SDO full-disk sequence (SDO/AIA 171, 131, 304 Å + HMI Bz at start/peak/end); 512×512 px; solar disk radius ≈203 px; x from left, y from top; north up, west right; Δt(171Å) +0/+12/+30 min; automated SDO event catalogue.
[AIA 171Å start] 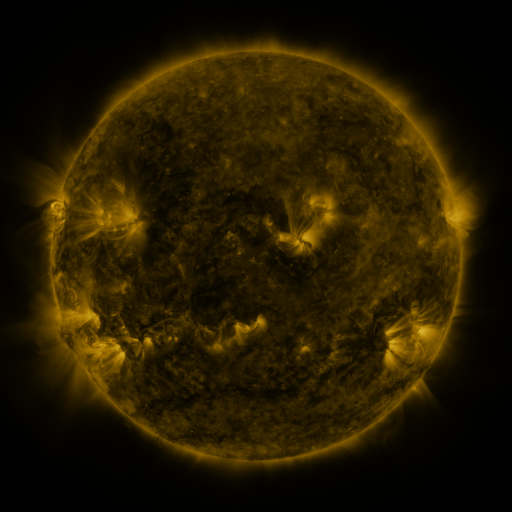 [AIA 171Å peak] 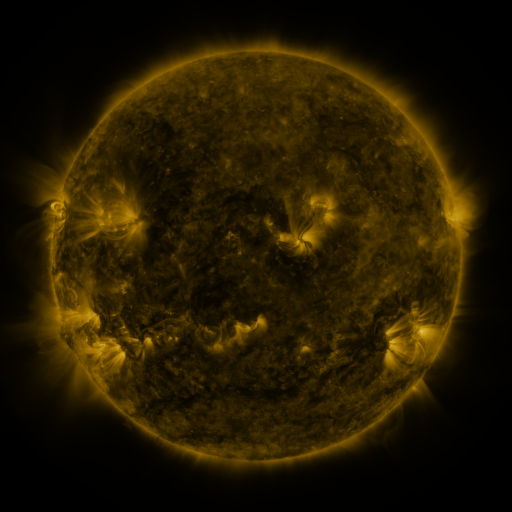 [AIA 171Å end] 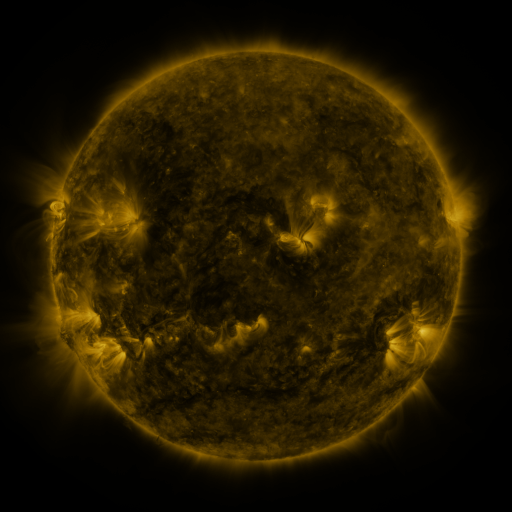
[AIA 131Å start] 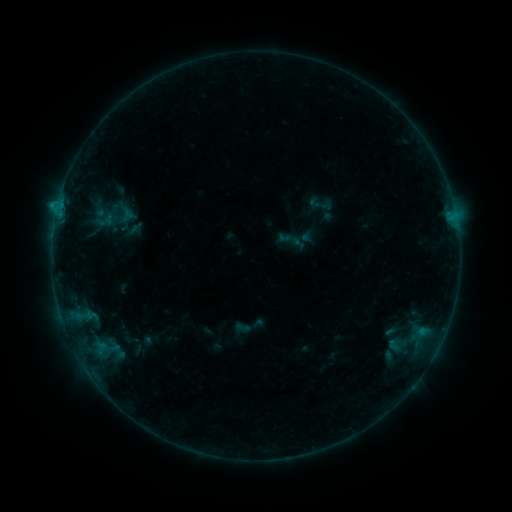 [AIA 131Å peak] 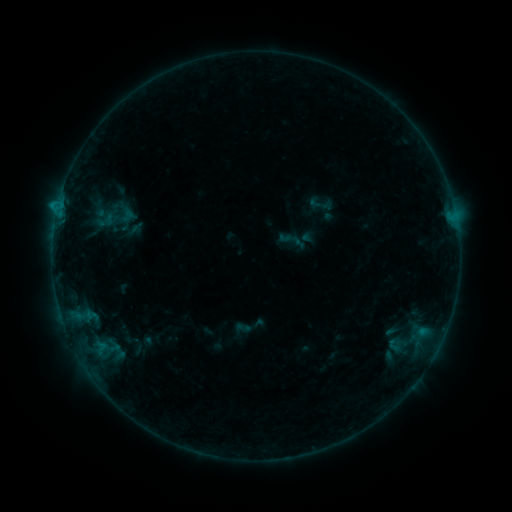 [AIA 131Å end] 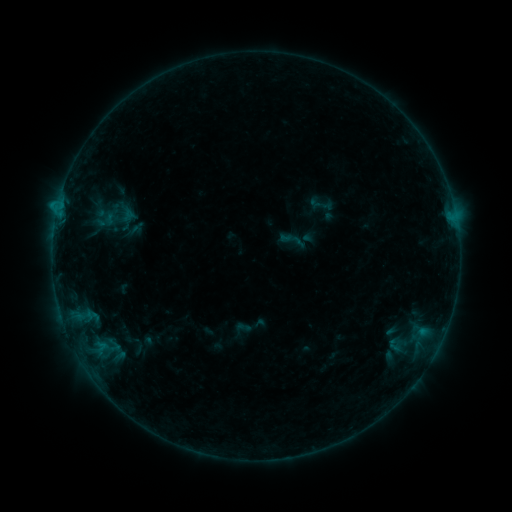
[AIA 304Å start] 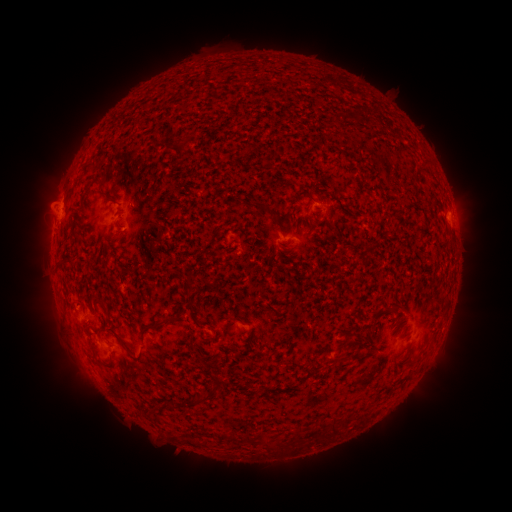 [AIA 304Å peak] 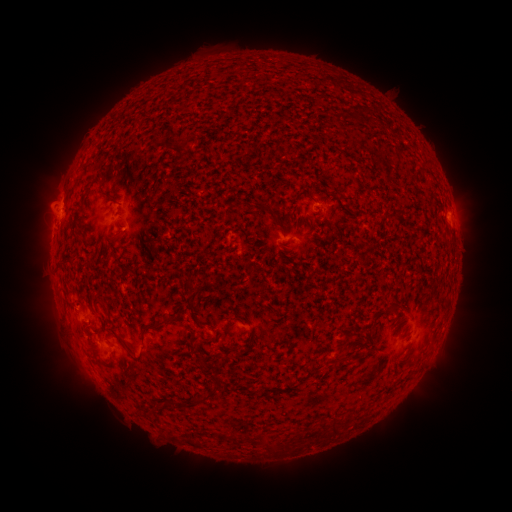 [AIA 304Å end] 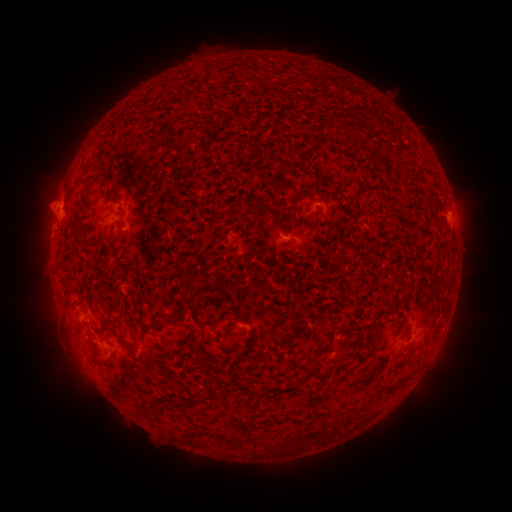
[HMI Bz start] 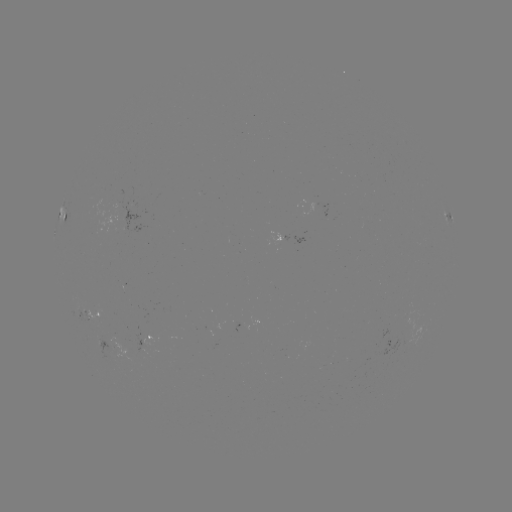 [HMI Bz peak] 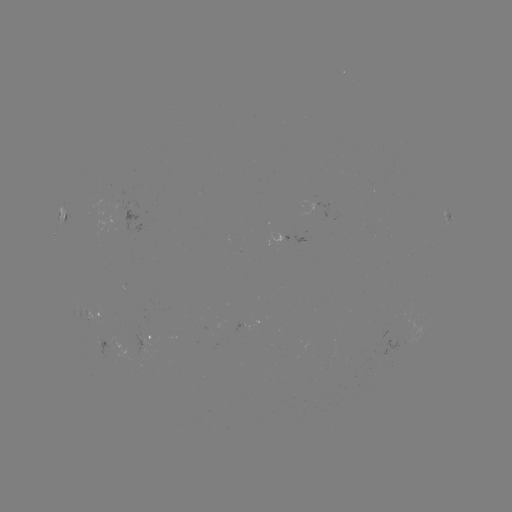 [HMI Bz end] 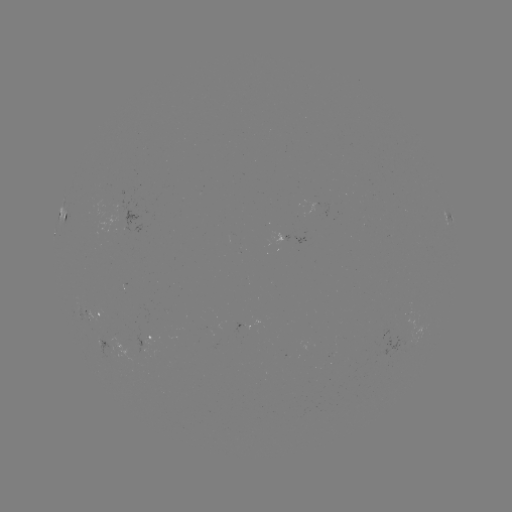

nothing was catalogued: no classed flare, no EUV trigger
